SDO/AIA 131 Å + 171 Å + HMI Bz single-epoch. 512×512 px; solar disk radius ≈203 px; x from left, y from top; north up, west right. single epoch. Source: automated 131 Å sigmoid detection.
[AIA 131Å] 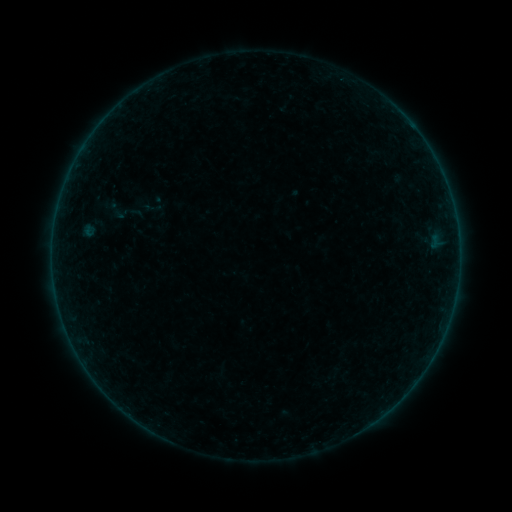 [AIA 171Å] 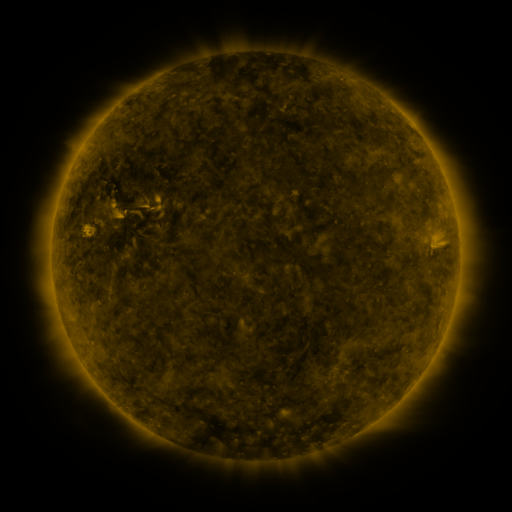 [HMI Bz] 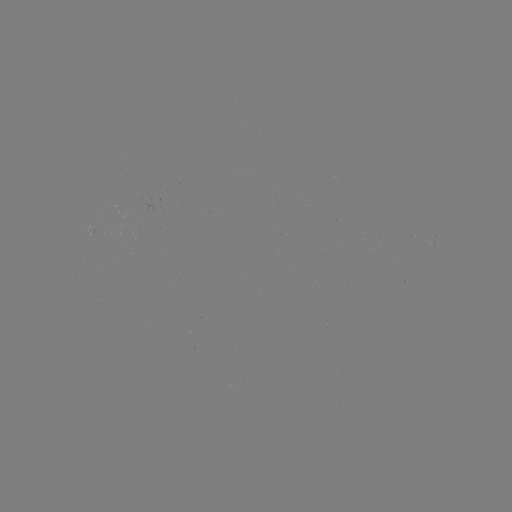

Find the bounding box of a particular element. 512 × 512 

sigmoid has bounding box [105, 197, 131, 223].